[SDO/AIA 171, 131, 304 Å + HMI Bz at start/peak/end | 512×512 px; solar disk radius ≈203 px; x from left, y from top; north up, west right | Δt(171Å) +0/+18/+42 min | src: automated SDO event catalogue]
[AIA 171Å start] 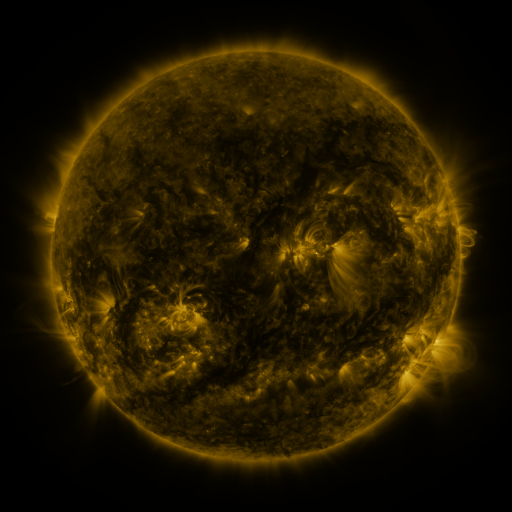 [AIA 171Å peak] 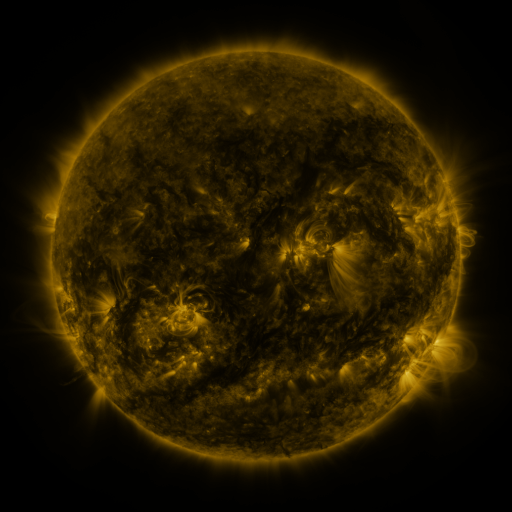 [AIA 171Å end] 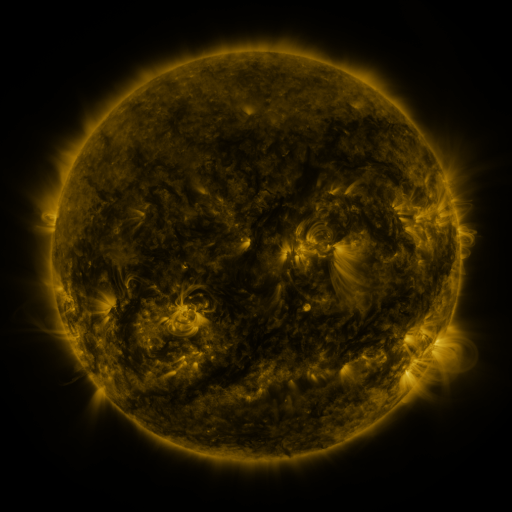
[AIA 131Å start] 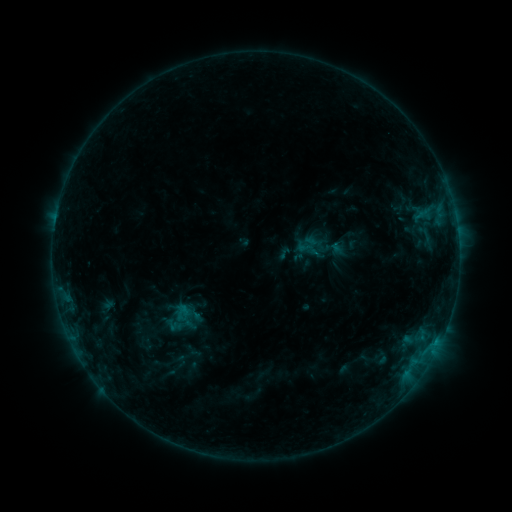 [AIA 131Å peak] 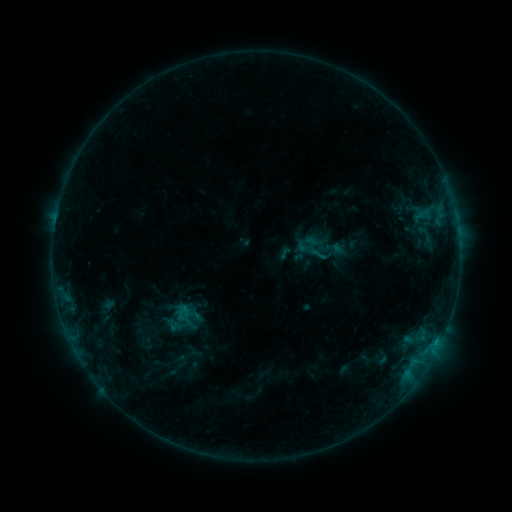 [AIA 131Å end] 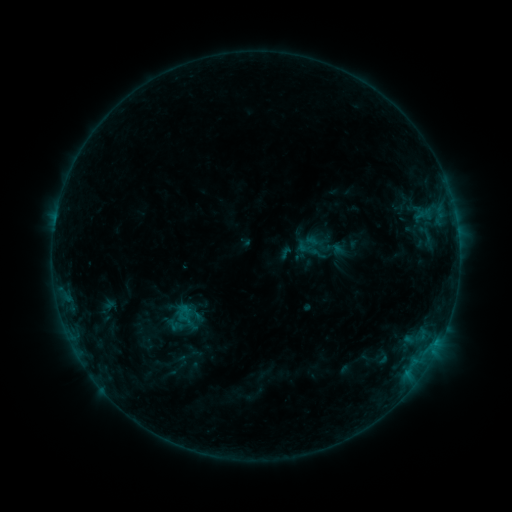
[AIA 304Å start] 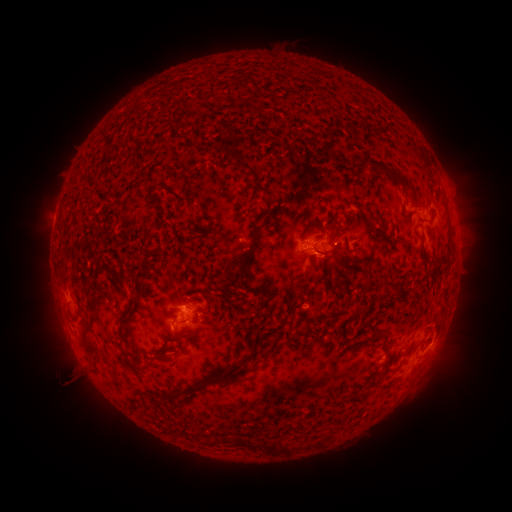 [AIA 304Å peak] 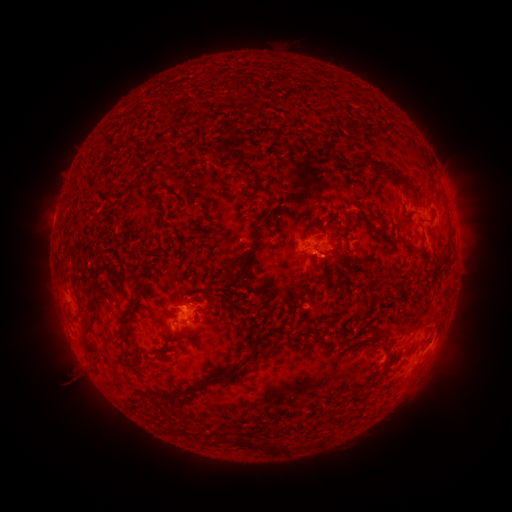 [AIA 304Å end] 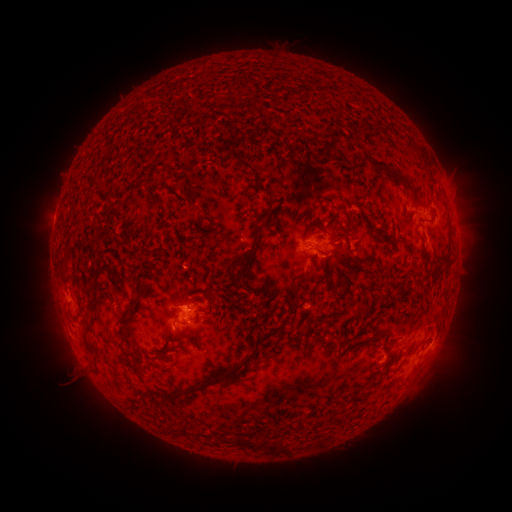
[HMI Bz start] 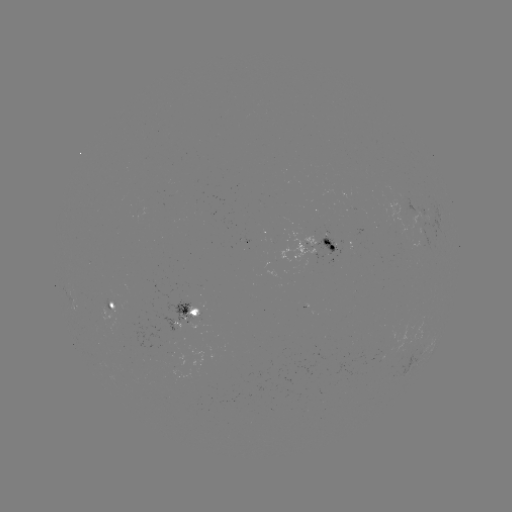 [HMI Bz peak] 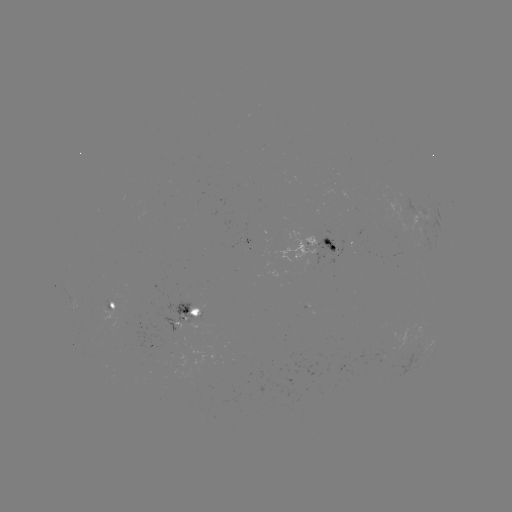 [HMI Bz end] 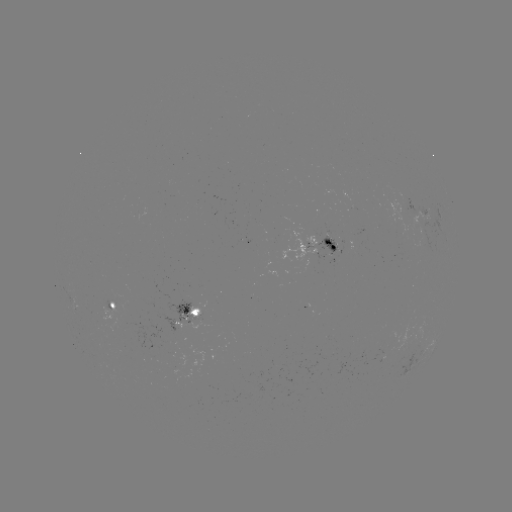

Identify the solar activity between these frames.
no catalogued flare and no flagged EUV brightening in this window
